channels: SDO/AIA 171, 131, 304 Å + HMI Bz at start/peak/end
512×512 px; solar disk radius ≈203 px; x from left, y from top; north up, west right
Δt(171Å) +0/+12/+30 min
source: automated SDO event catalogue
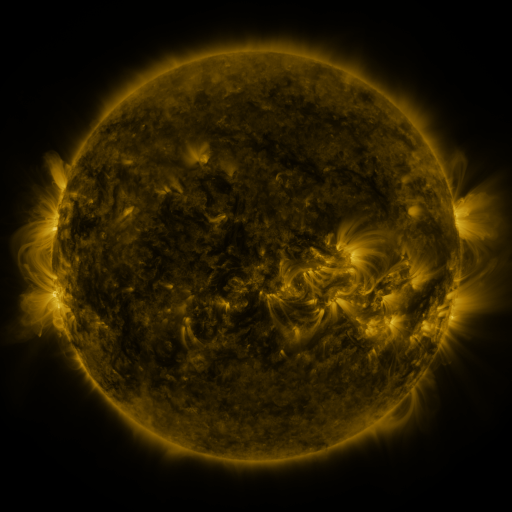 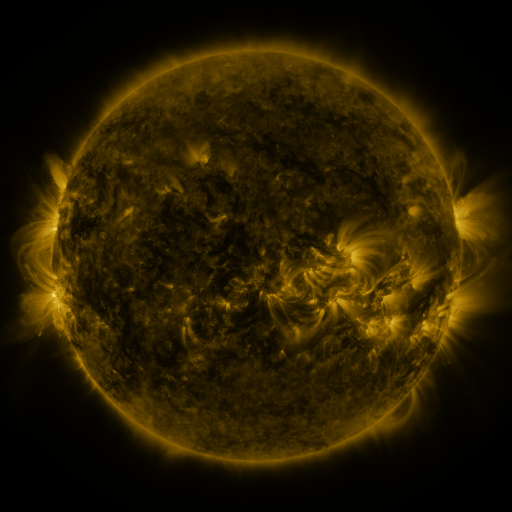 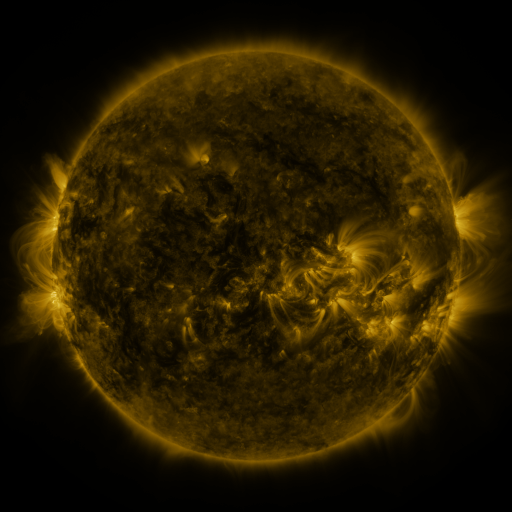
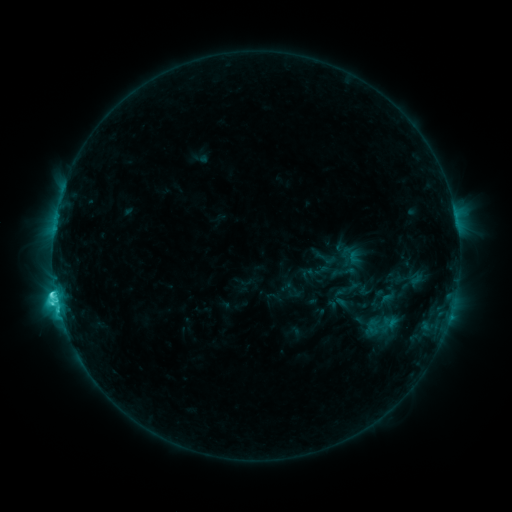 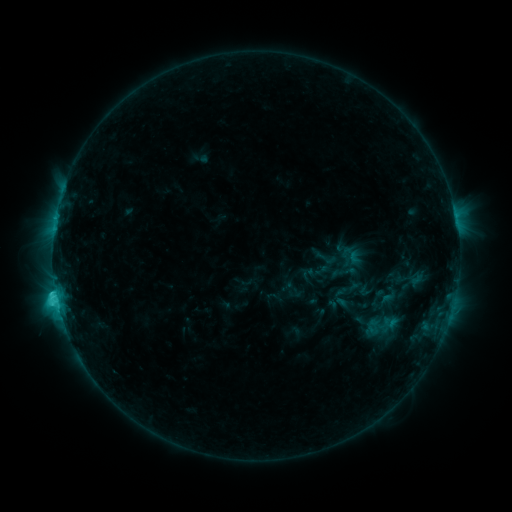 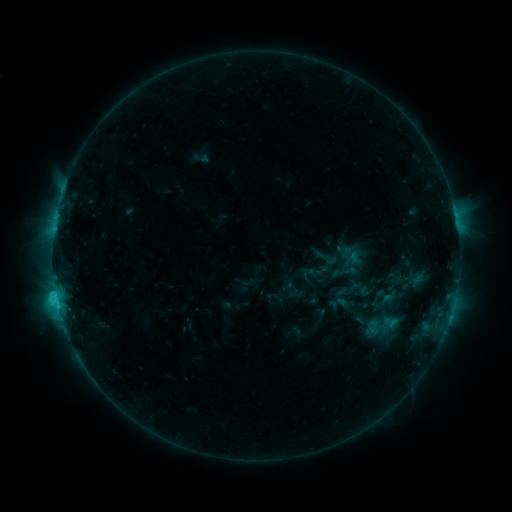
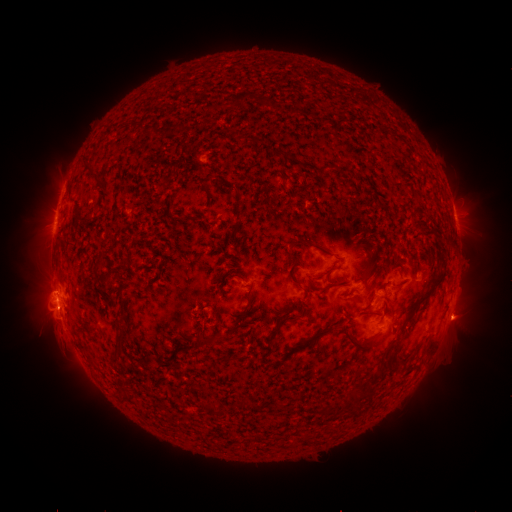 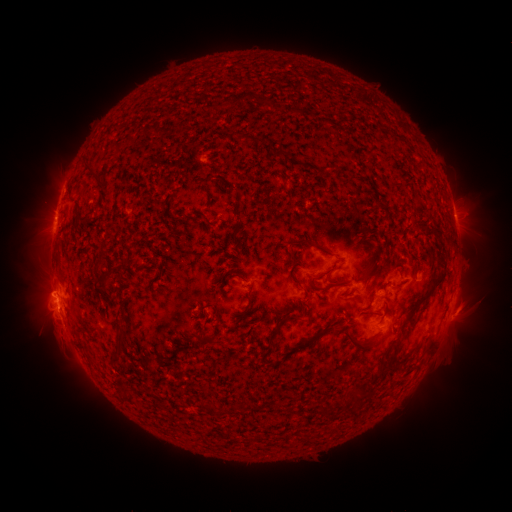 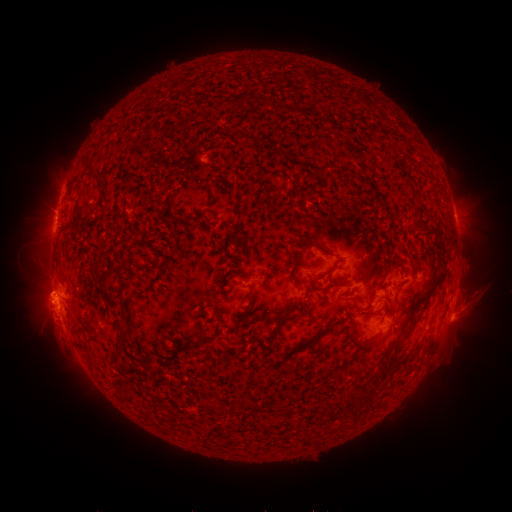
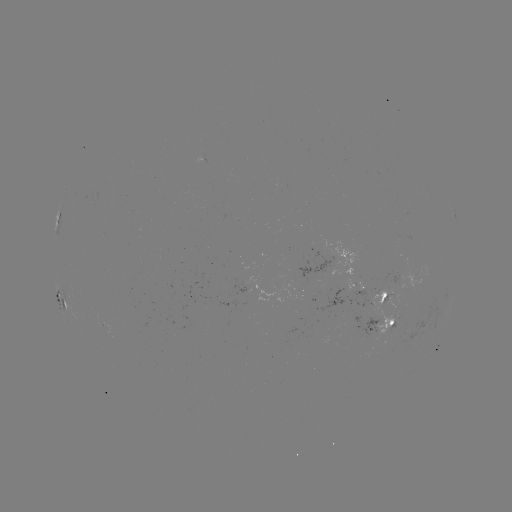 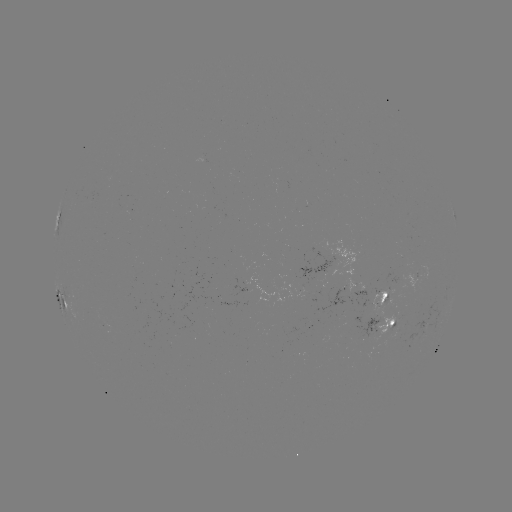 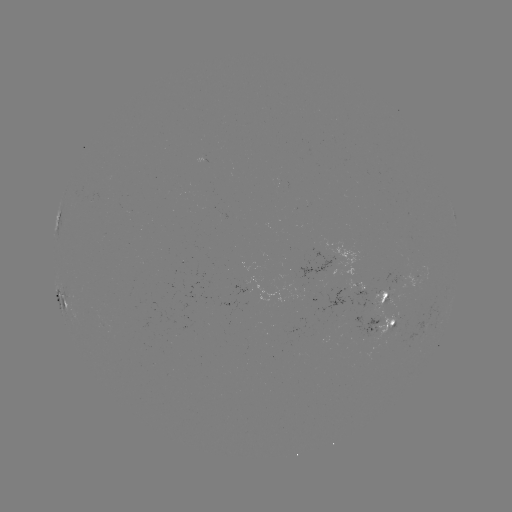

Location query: eruption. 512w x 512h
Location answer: [465, 317].